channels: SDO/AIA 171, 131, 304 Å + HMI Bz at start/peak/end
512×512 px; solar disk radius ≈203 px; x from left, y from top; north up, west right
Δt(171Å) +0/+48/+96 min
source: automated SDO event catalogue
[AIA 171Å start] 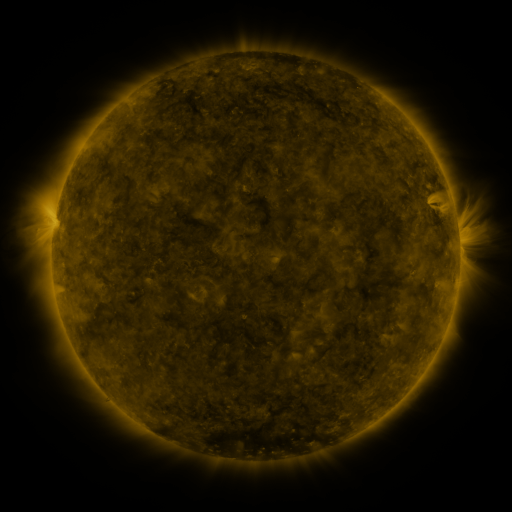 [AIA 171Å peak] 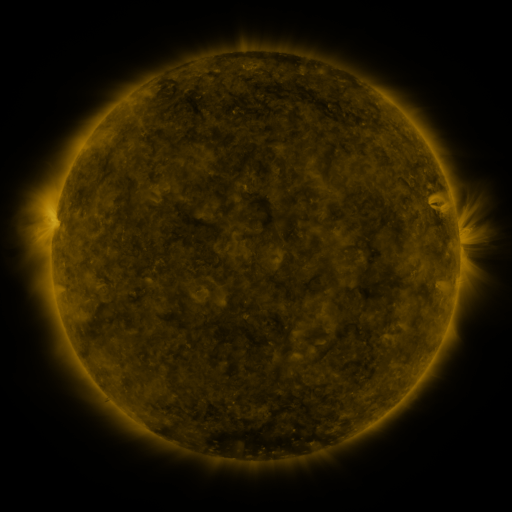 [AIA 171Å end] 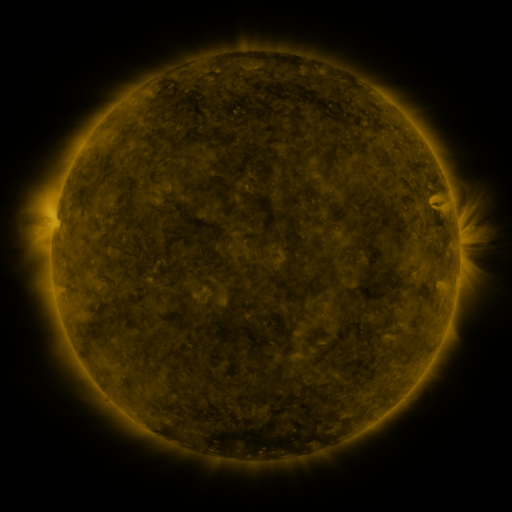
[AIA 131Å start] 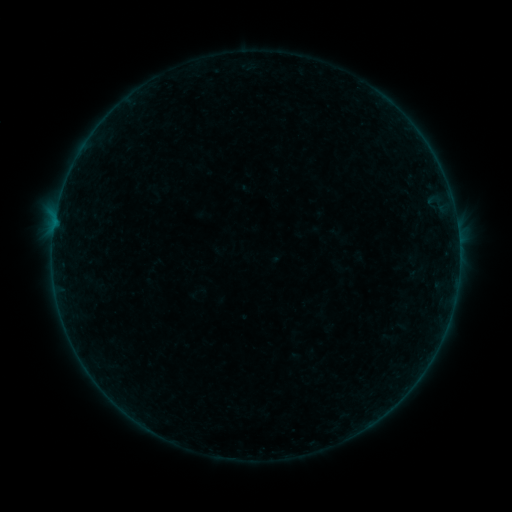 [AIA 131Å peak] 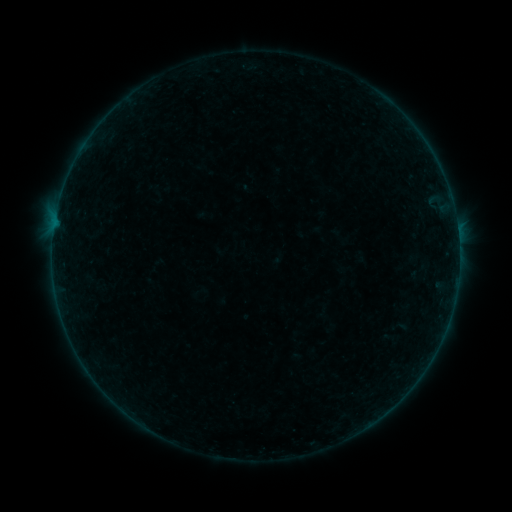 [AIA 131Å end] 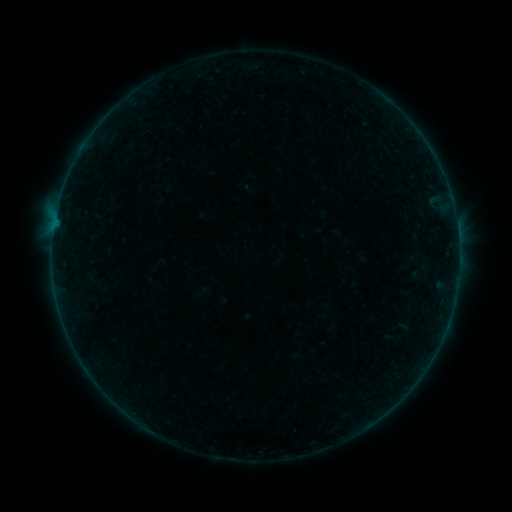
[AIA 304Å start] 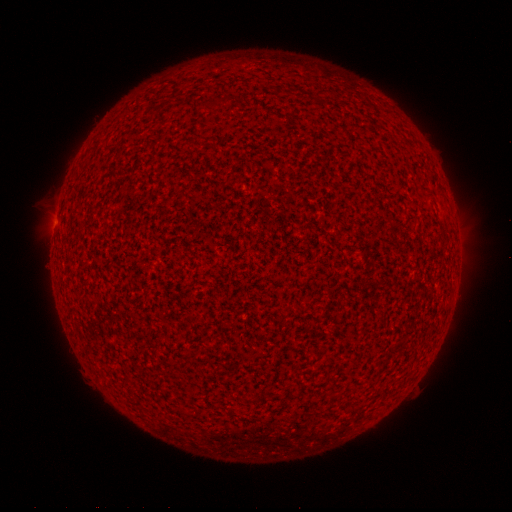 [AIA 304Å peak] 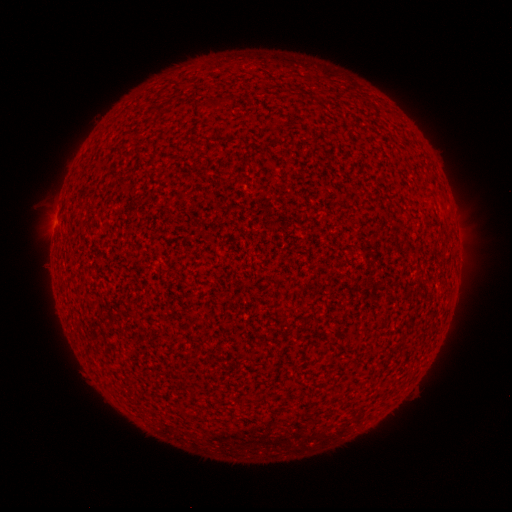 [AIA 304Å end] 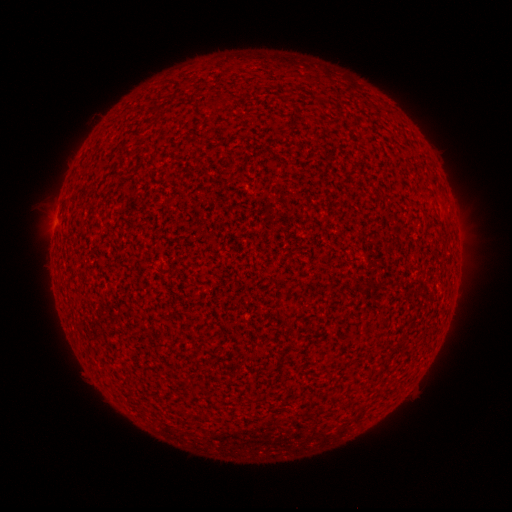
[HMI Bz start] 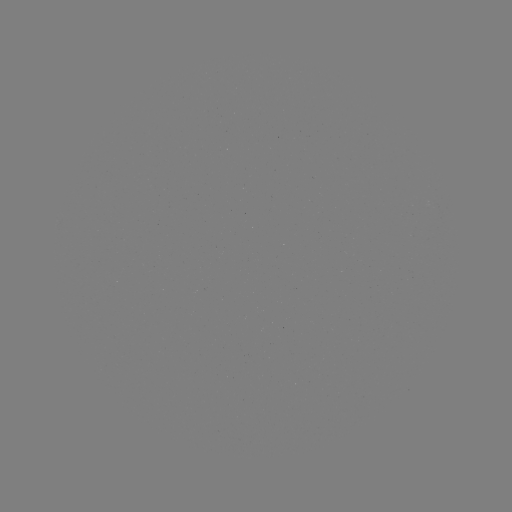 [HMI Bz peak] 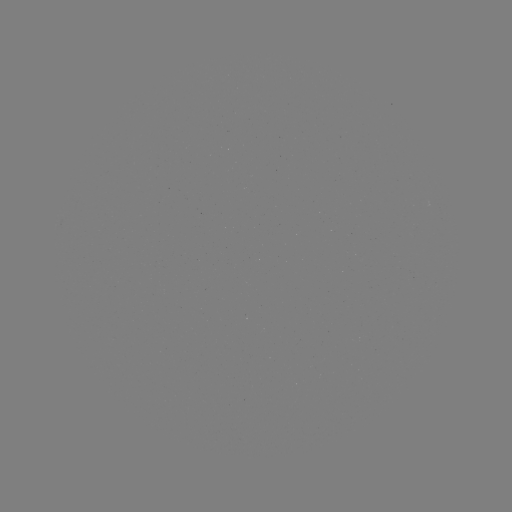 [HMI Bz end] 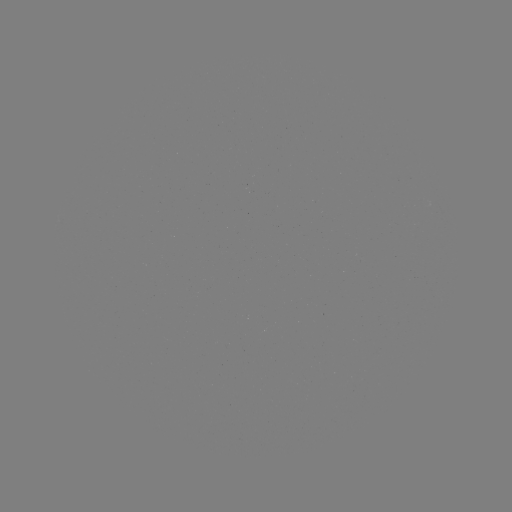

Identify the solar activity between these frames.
B1.8 flare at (457, 234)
